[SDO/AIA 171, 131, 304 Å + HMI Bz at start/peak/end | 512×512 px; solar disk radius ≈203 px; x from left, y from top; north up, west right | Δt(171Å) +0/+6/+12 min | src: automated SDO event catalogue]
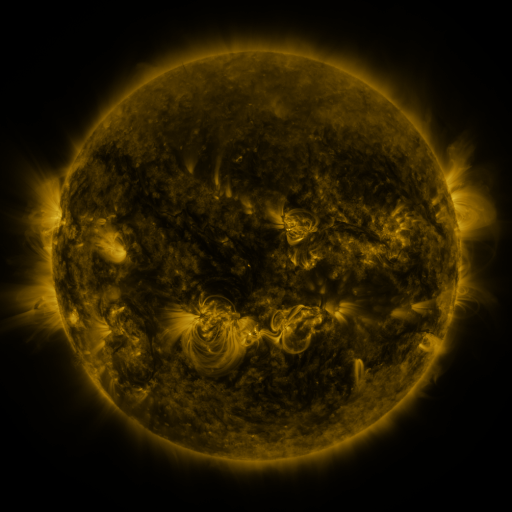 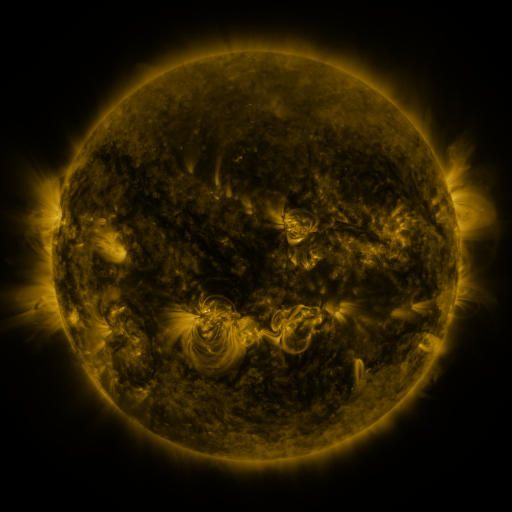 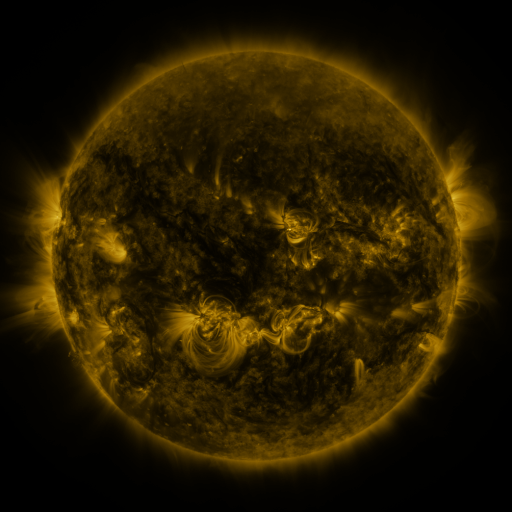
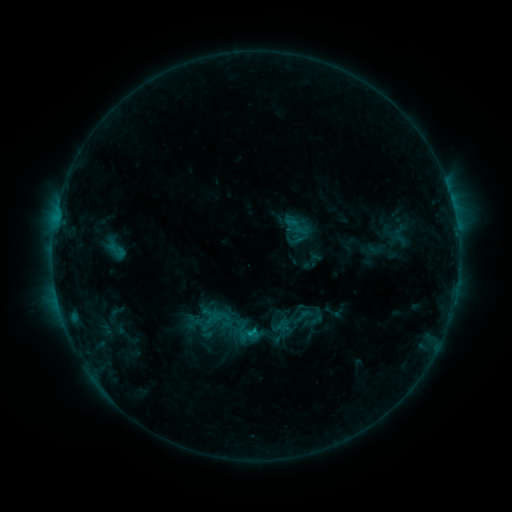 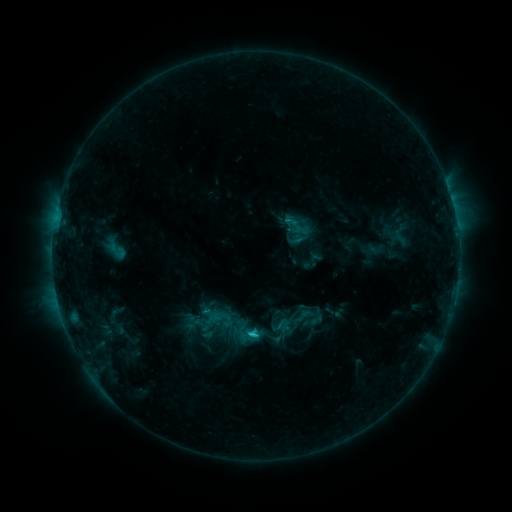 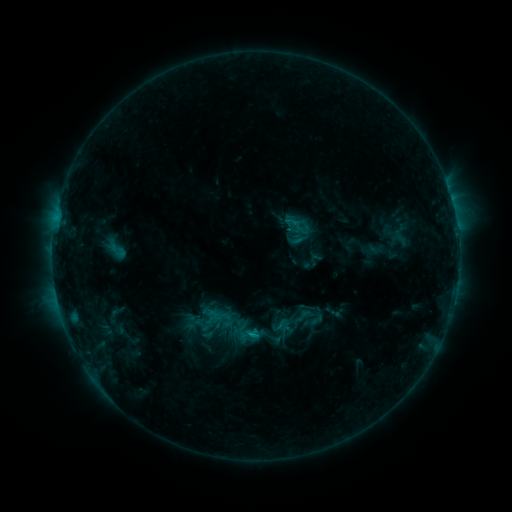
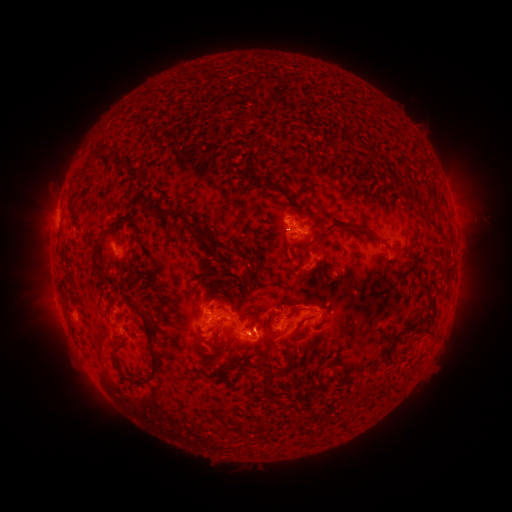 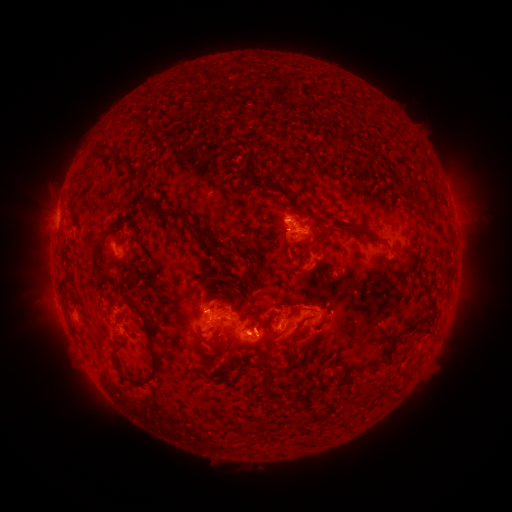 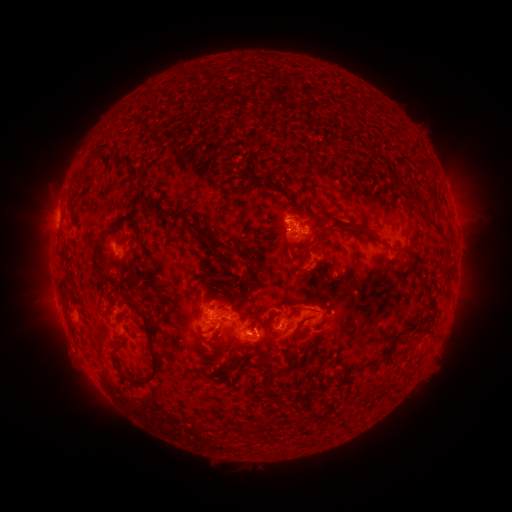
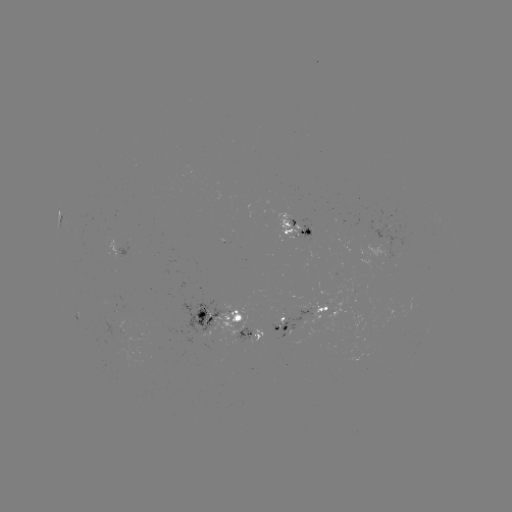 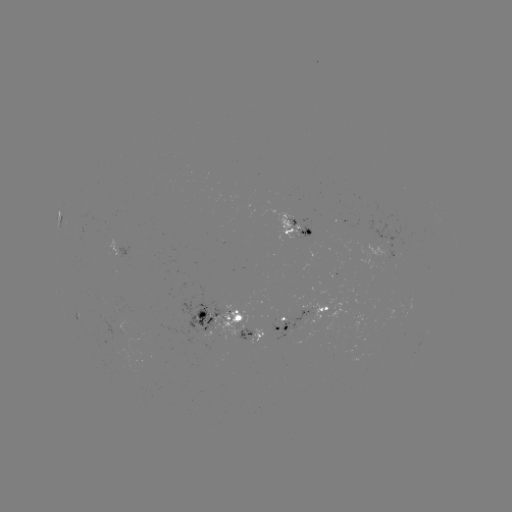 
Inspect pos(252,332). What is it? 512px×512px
C1.6 flare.